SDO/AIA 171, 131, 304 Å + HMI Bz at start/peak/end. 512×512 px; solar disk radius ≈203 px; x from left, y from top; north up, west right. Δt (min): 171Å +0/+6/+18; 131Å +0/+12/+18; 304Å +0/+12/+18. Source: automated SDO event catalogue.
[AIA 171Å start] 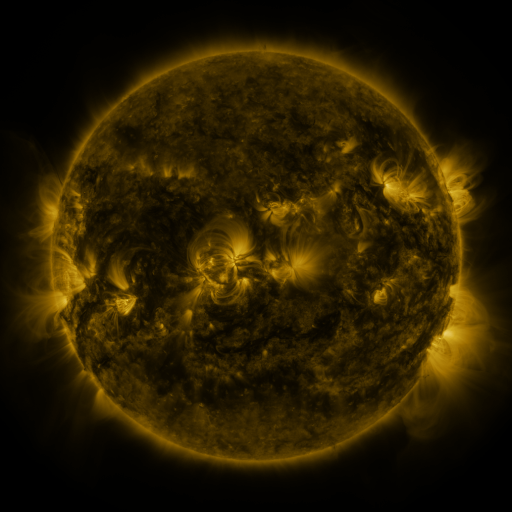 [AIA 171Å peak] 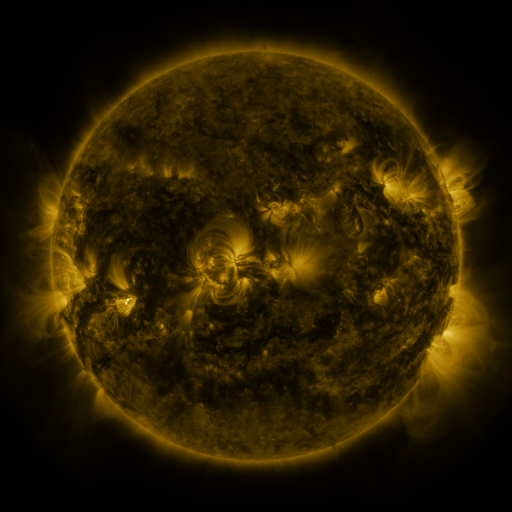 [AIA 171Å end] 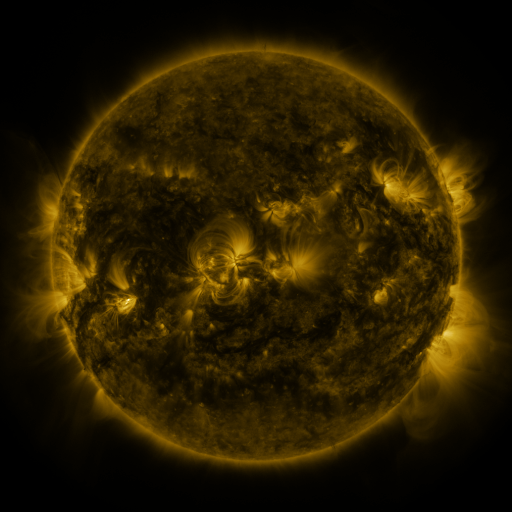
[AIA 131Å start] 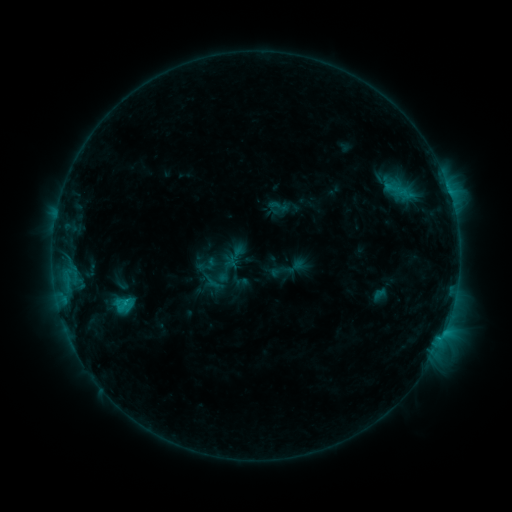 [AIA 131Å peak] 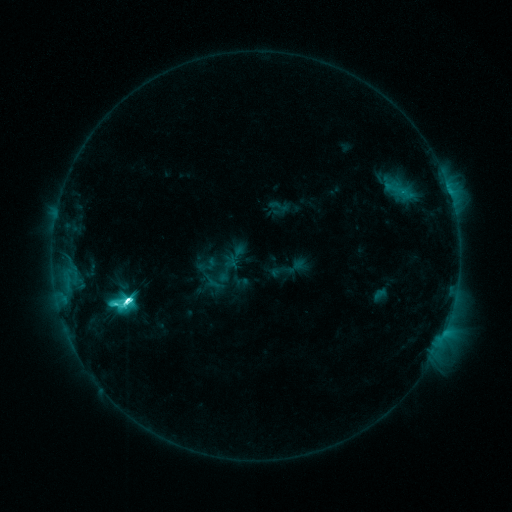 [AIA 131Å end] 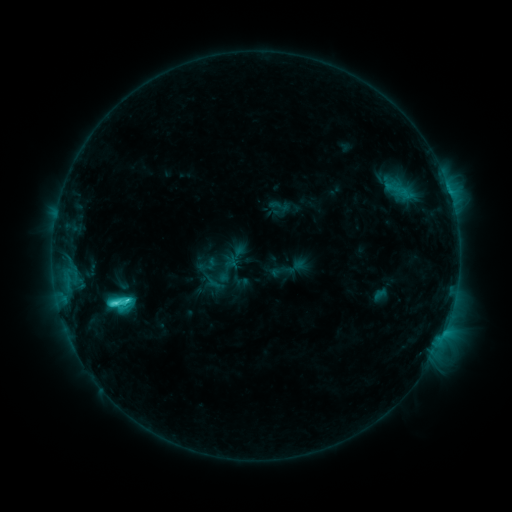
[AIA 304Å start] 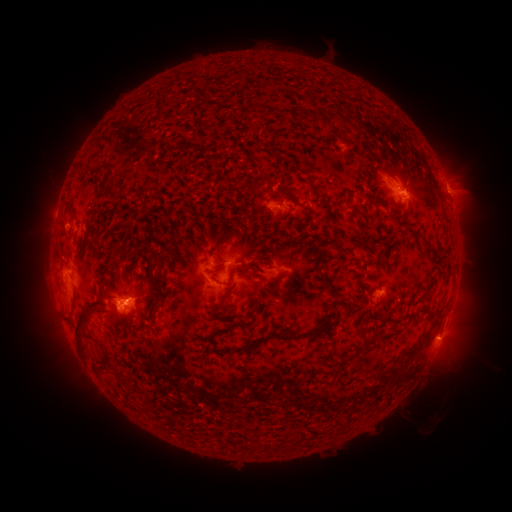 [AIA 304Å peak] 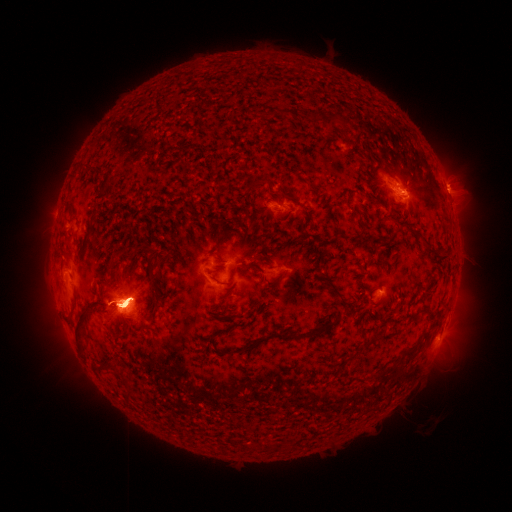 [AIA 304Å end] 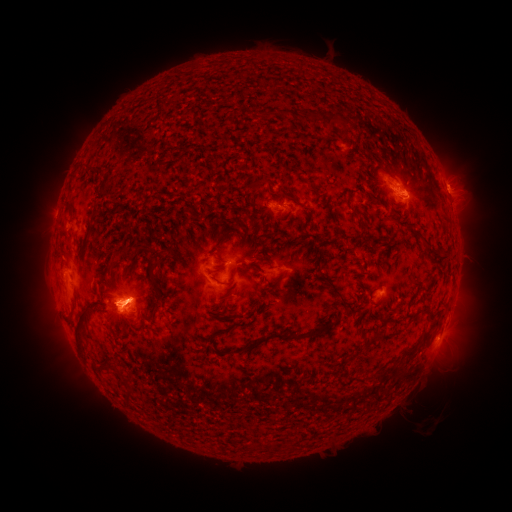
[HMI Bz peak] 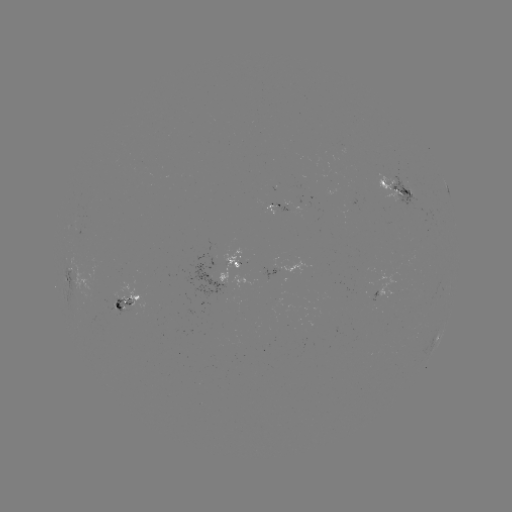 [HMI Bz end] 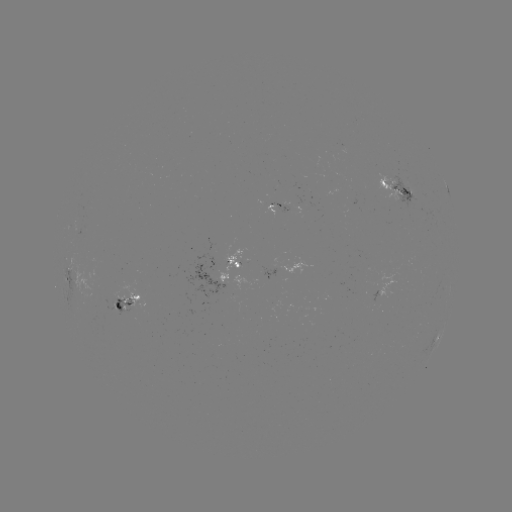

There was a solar flare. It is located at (128, 296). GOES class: M1.7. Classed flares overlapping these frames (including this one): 1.